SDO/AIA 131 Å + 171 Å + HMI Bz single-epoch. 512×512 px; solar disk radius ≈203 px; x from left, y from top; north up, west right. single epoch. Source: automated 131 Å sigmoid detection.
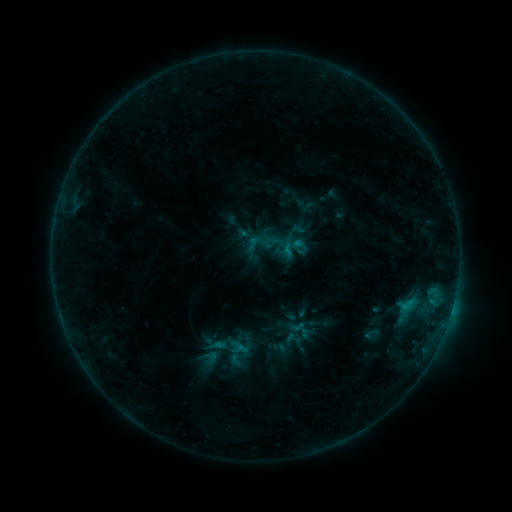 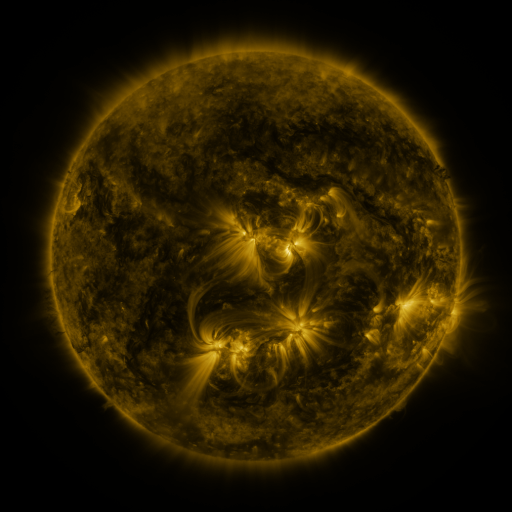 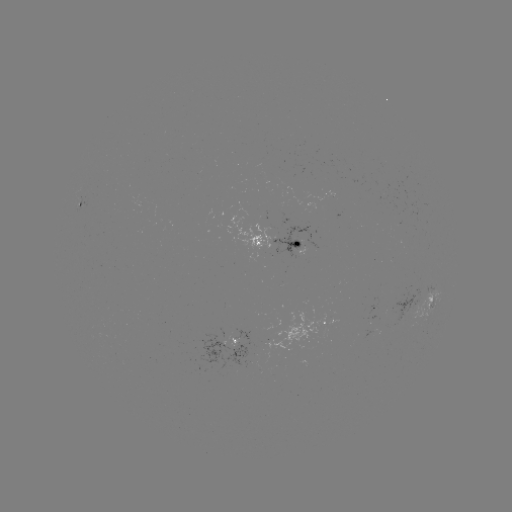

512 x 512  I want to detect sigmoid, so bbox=[278, 238, 297, 257].